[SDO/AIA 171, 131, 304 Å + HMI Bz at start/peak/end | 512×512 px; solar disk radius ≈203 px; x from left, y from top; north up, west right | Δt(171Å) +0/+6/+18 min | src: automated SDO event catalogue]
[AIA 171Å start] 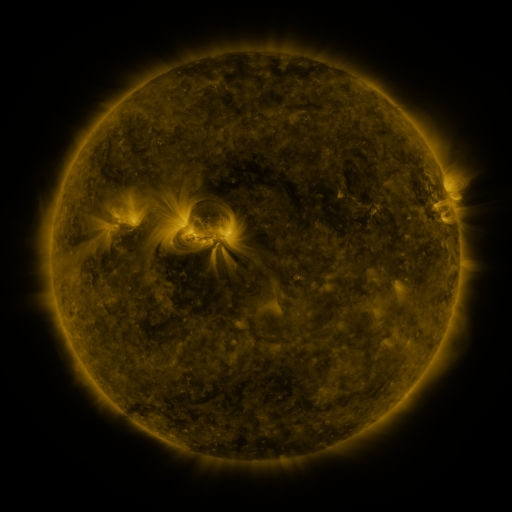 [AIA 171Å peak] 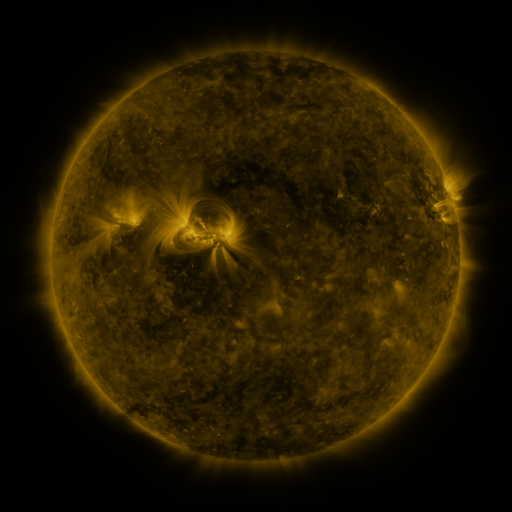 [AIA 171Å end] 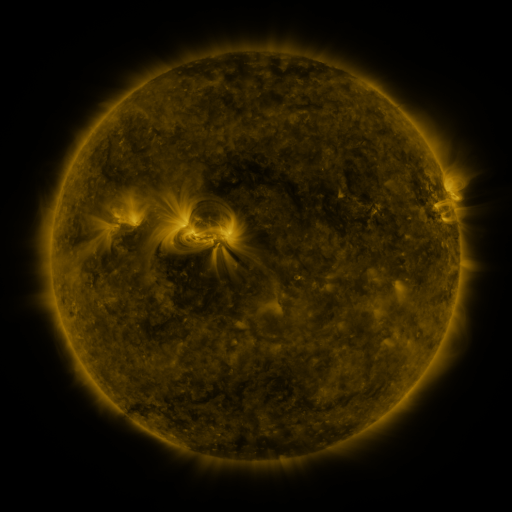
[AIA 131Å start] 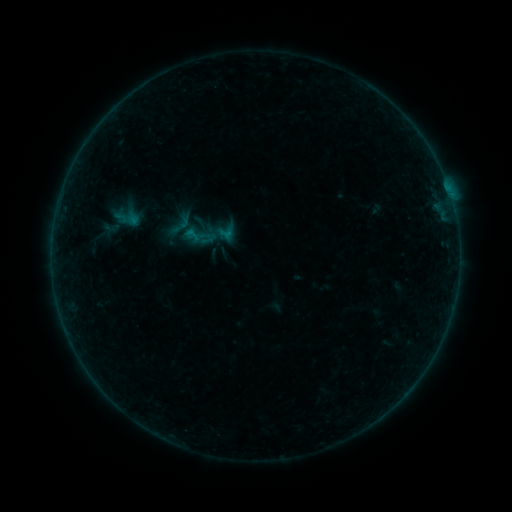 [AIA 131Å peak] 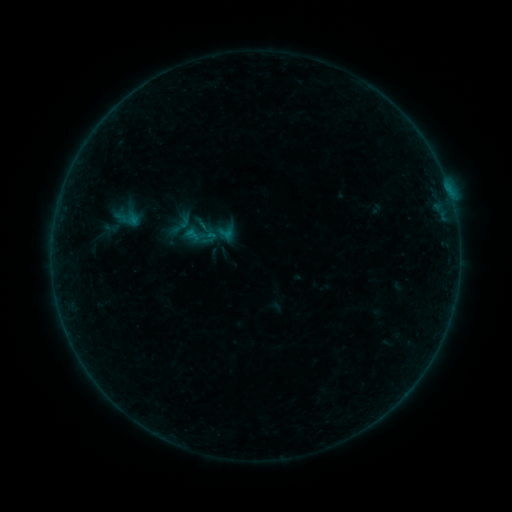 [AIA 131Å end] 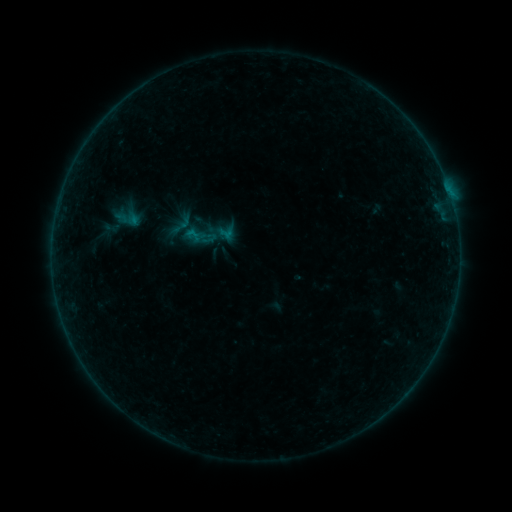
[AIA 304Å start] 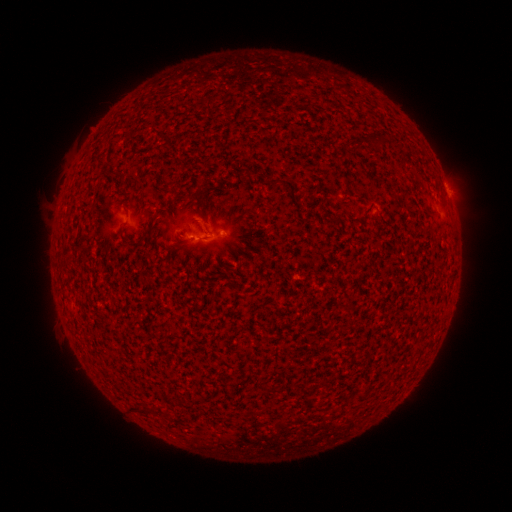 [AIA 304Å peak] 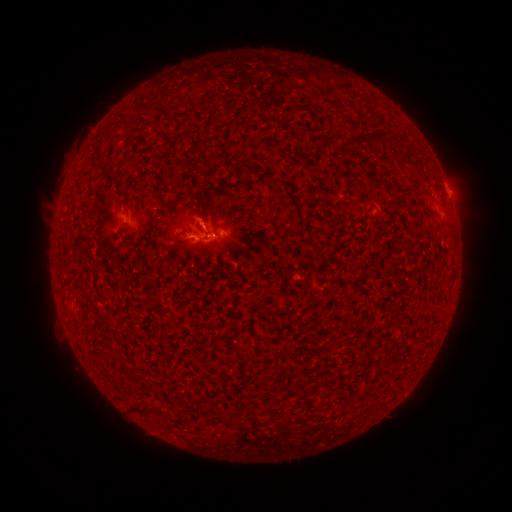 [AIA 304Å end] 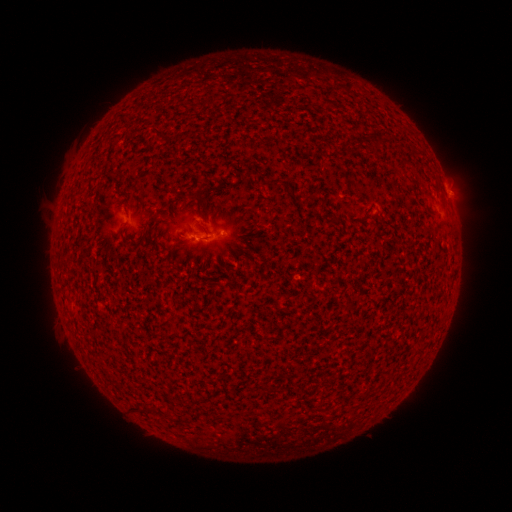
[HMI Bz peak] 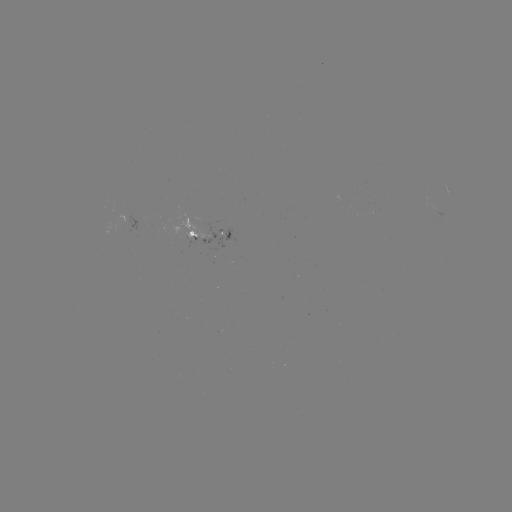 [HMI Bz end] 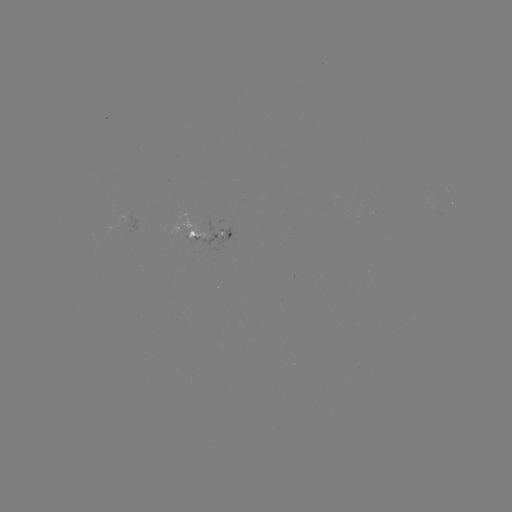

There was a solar flare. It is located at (213, 238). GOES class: B1.2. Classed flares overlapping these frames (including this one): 1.